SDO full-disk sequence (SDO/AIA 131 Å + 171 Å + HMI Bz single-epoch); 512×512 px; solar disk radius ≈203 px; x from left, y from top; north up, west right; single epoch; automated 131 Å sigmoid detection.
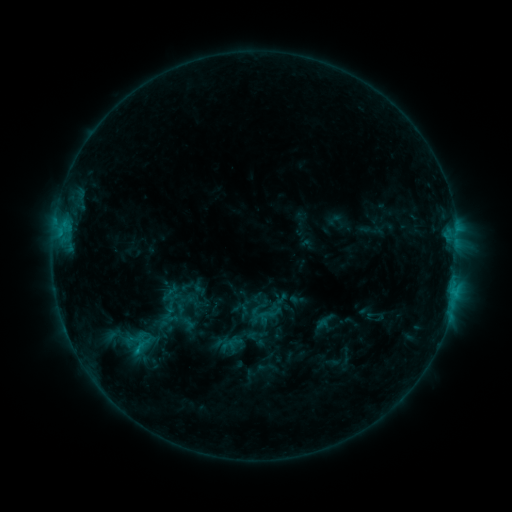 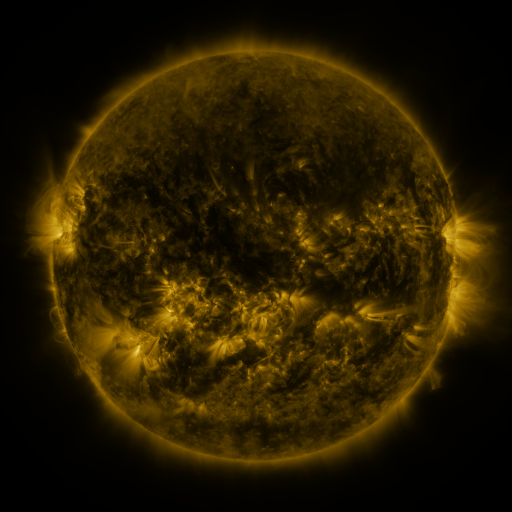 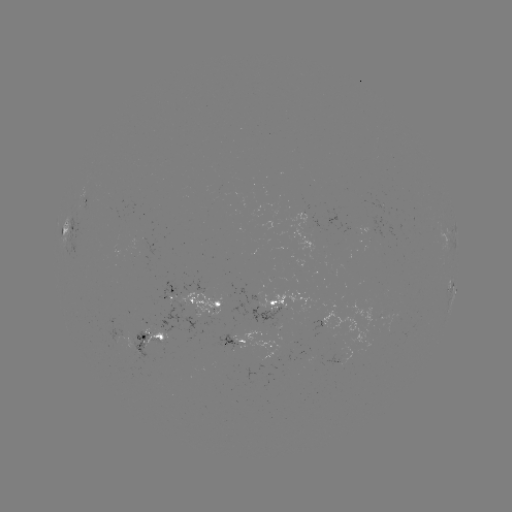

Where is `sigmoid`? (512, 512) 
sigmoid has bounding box [255, 301, 282, 328].